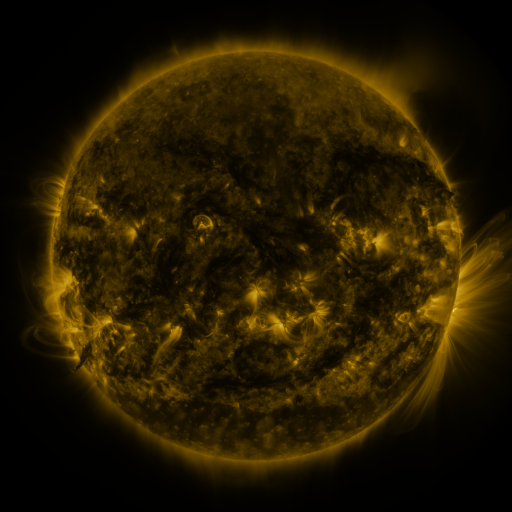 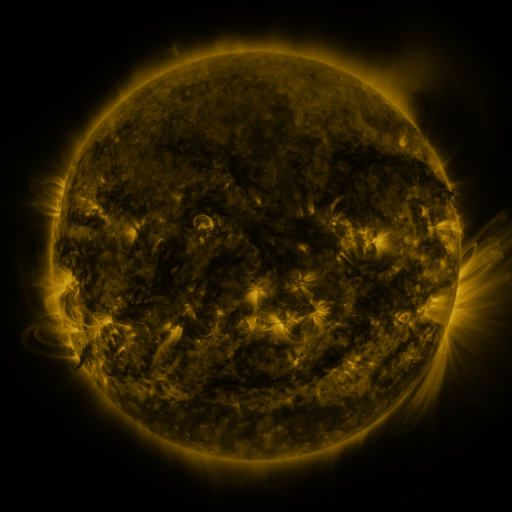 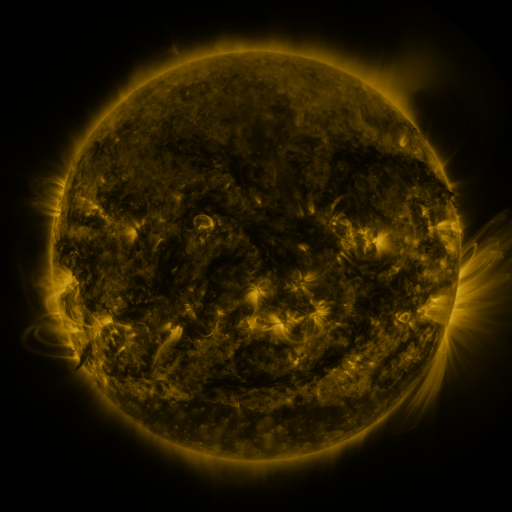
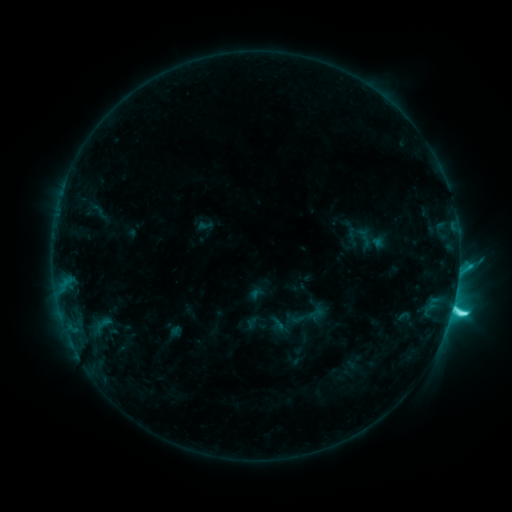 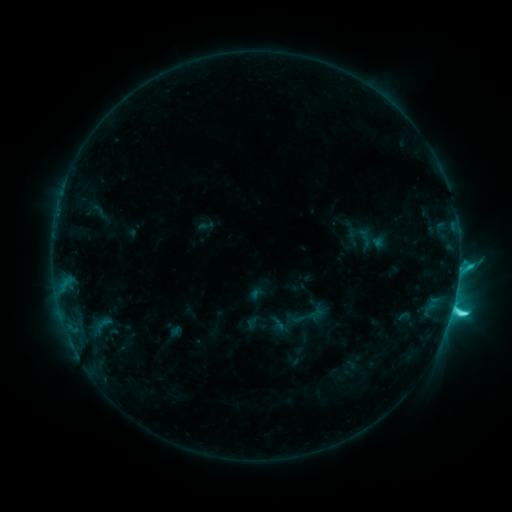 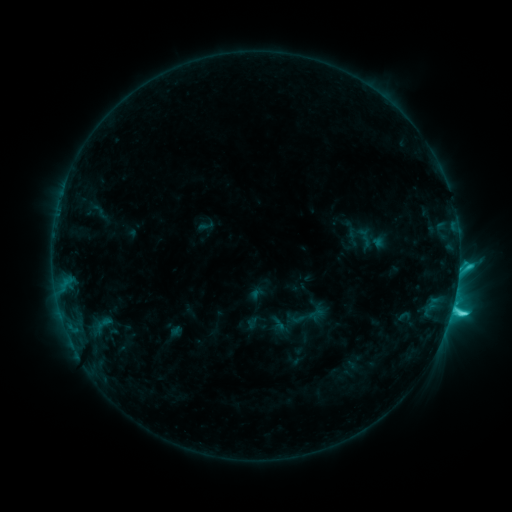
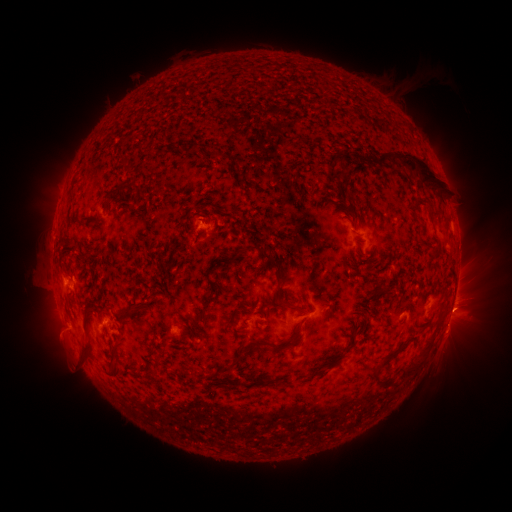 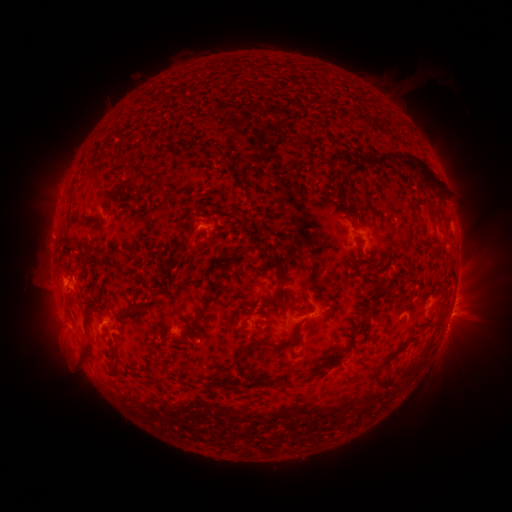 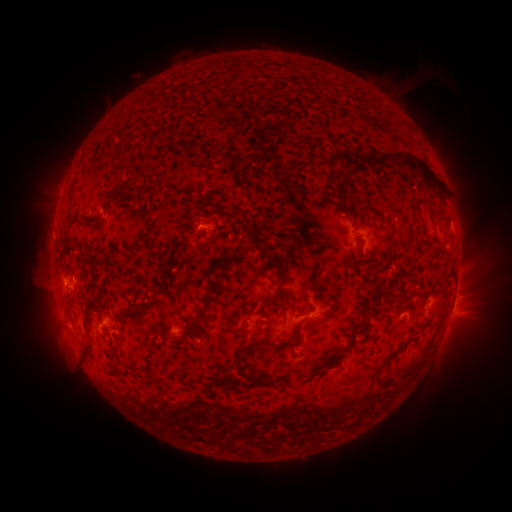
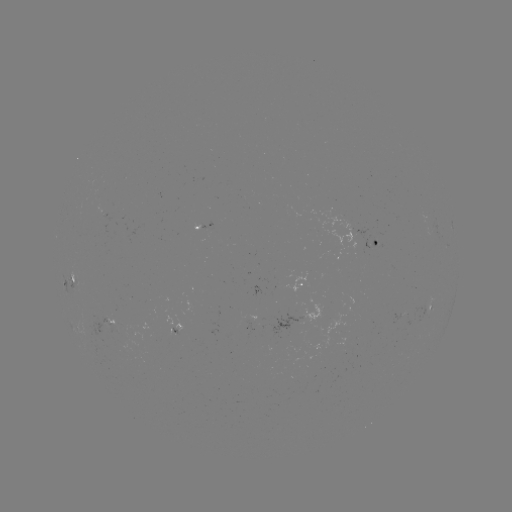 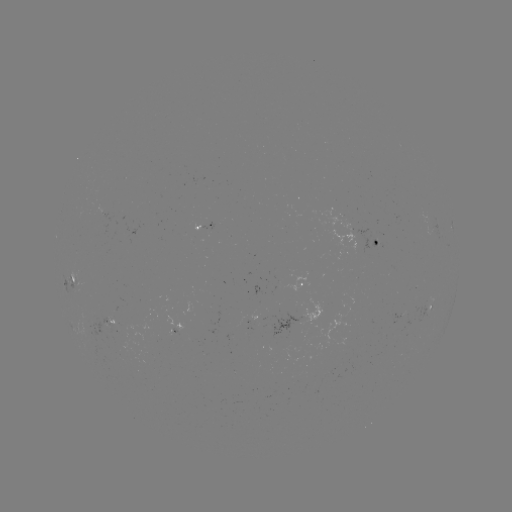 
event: eruption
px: (464, 315)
